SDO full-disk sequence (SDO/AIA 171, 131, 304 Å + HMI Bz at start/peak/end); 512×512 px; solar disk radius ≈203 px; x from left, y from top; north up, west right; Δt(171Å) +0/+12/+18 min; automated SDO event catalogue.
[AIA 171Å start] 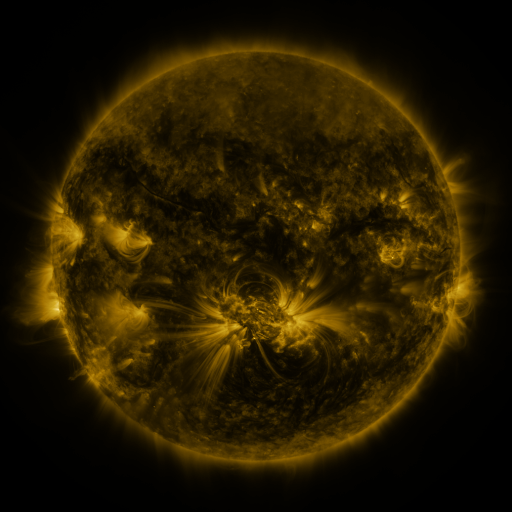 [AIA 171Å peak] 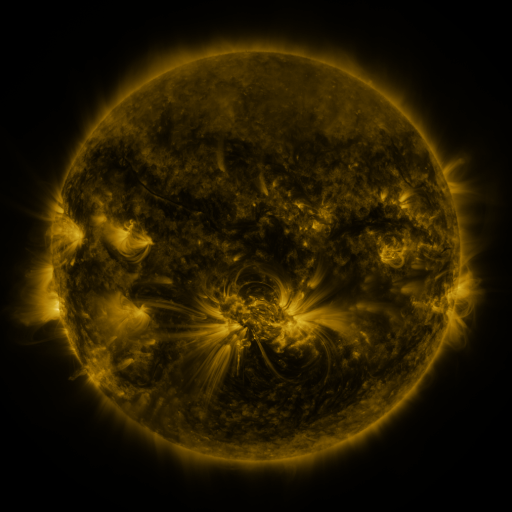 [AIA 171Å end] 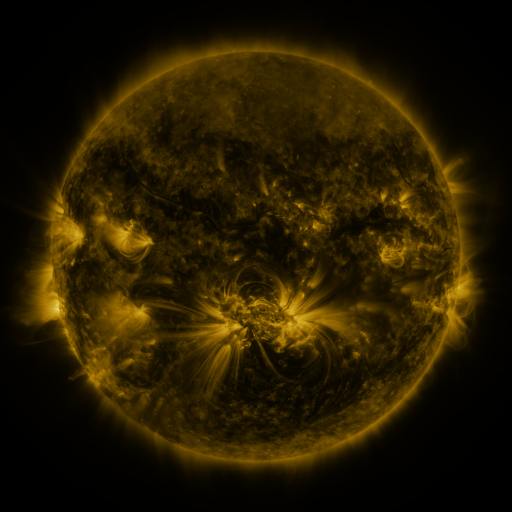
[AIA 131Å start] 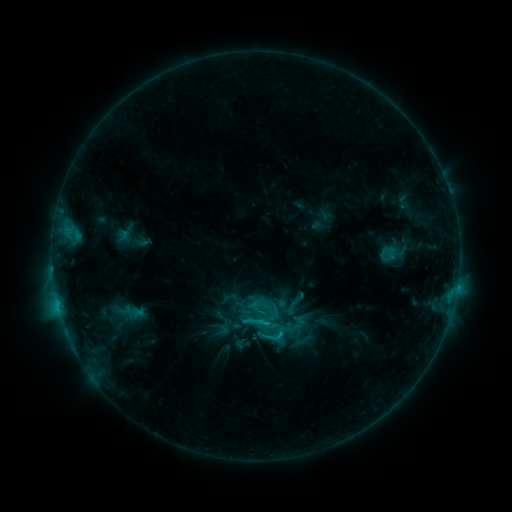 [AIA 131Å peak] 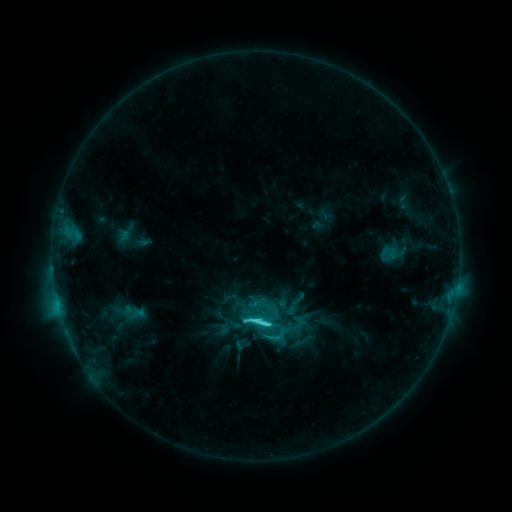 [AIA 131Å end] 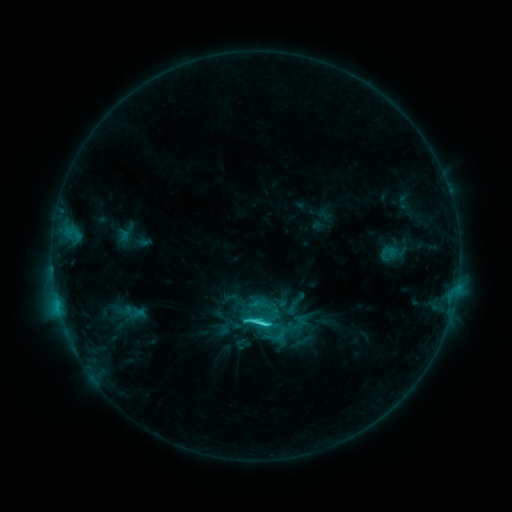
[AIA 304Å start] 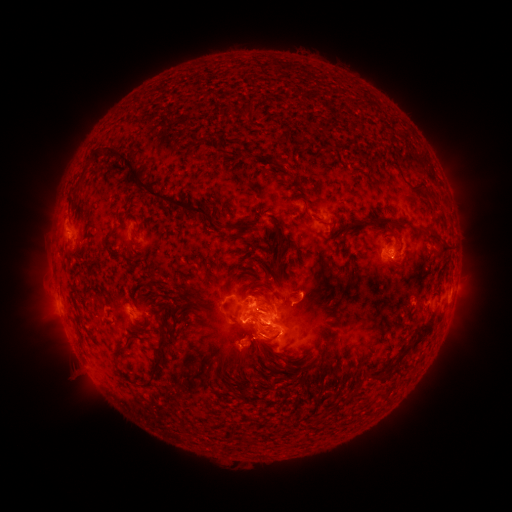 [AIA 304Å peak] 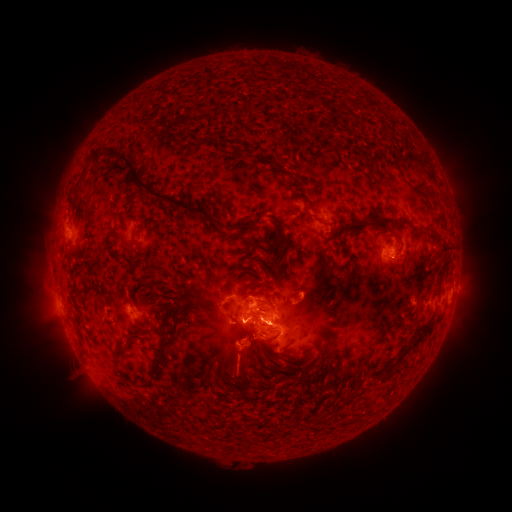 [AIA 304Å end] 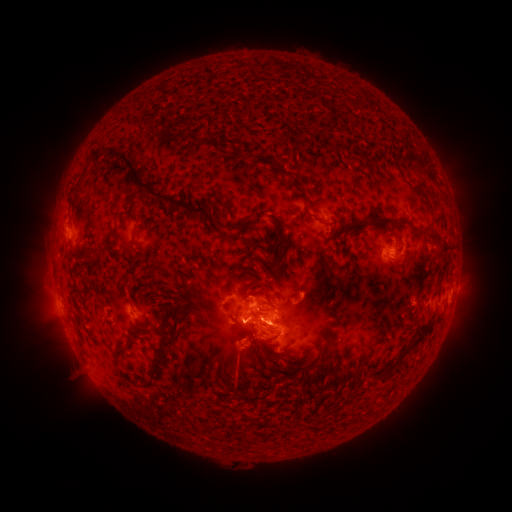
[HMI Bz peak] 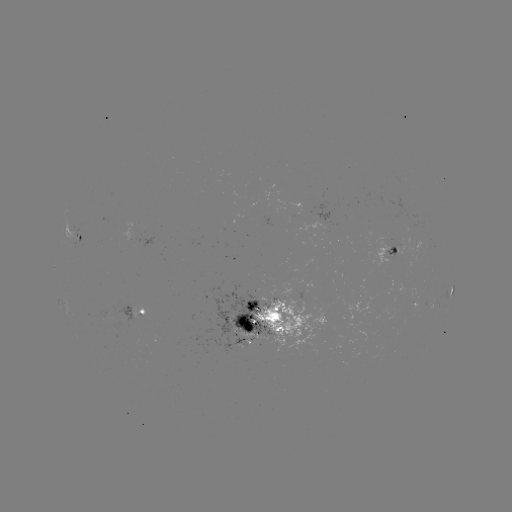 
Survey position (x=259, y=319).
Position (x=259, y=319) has C5.9 flare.